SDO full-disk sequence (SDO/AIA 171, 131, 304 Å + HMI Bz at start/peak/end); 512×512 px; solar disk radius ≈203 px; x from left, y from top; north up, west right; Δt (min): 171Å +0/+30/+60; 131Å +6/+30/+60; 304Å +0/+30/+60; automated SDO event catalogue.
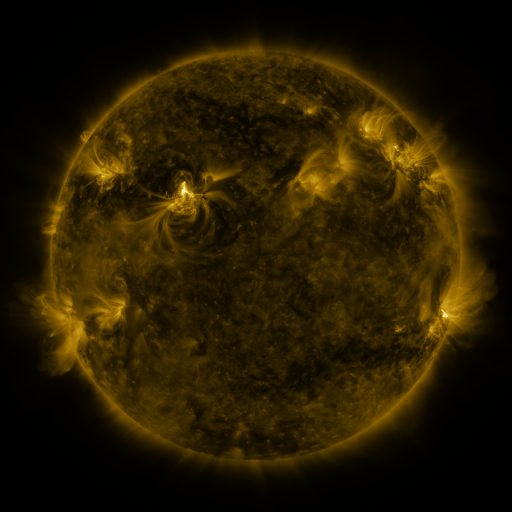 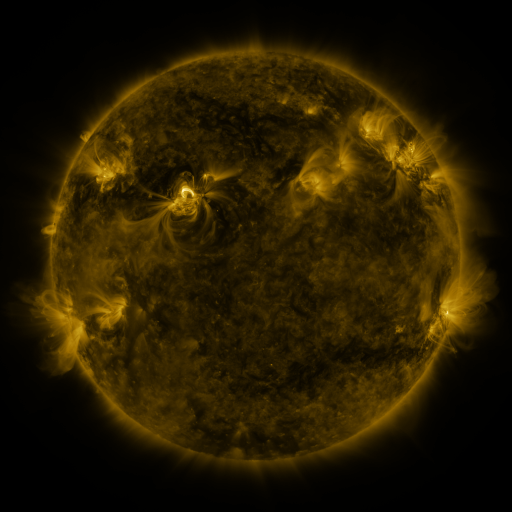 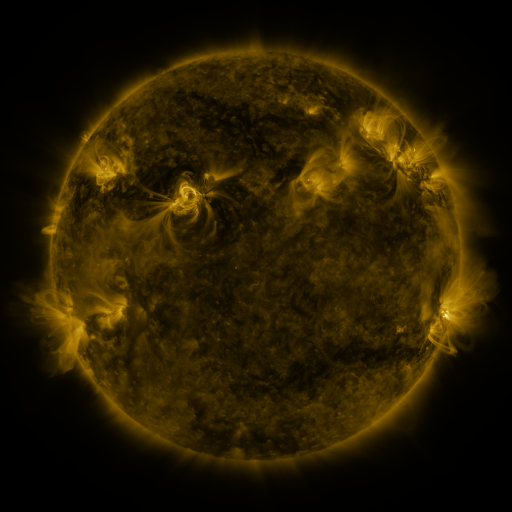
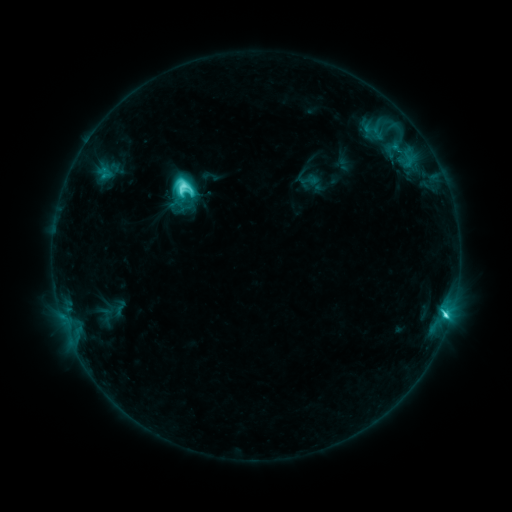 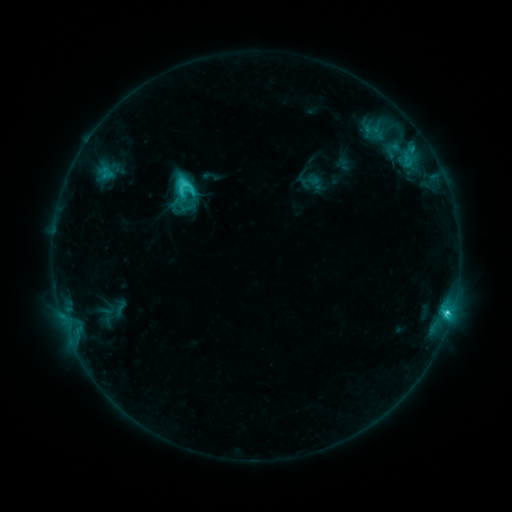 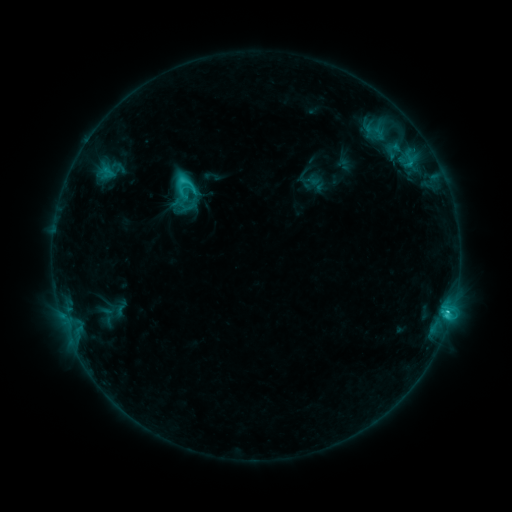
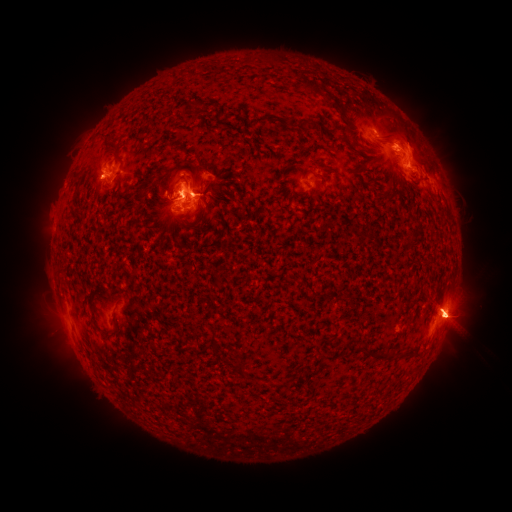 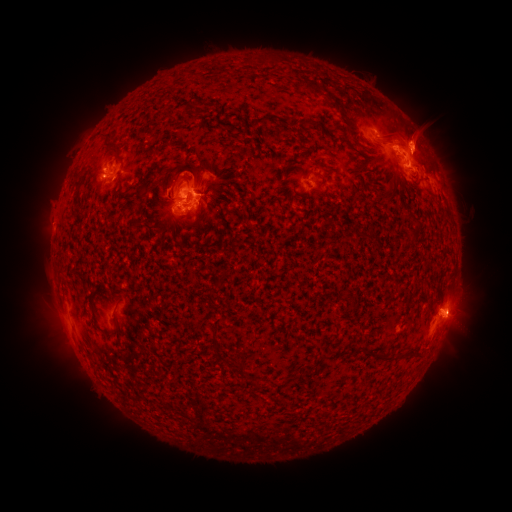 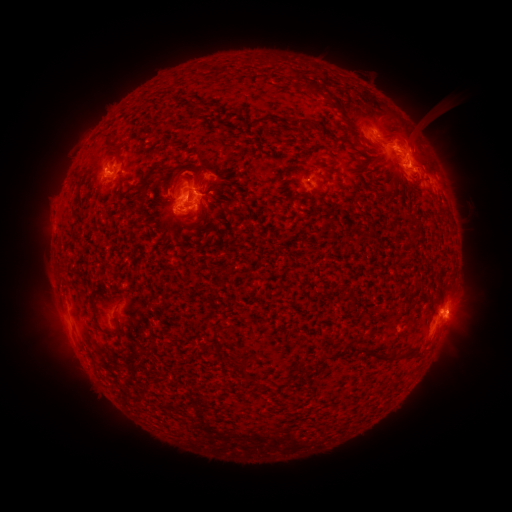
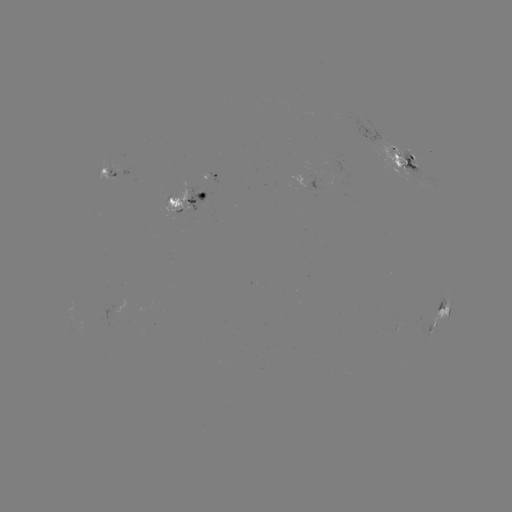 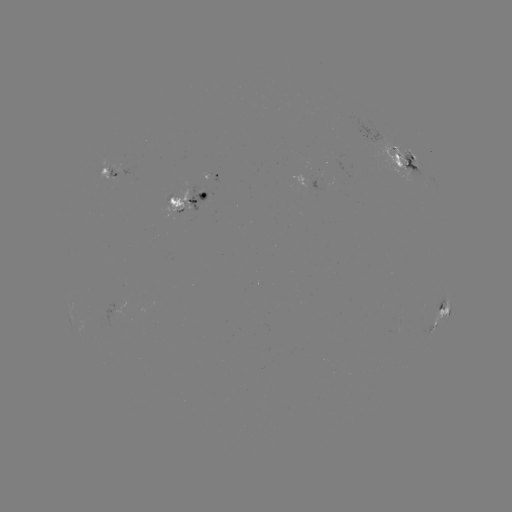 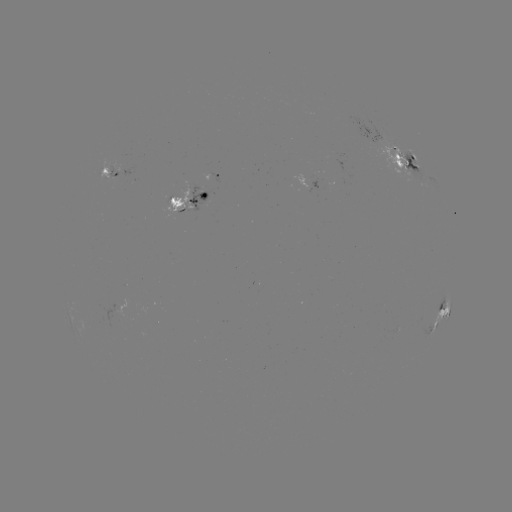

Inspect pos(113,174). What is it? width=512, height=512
emerging-flux region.